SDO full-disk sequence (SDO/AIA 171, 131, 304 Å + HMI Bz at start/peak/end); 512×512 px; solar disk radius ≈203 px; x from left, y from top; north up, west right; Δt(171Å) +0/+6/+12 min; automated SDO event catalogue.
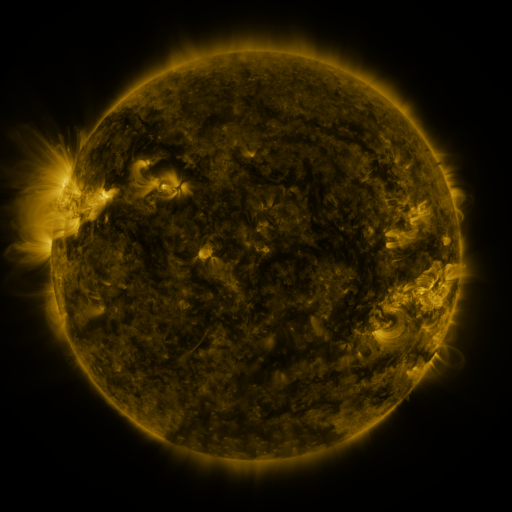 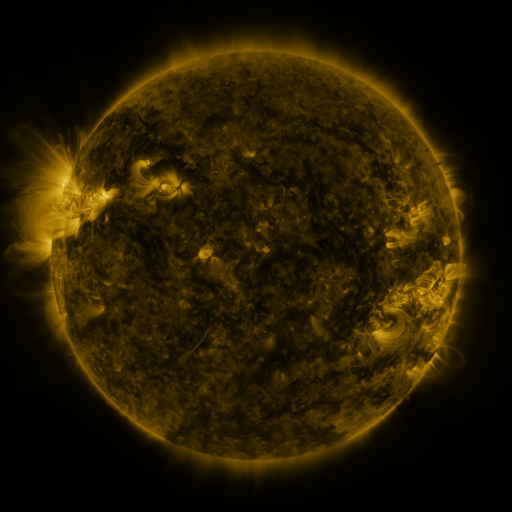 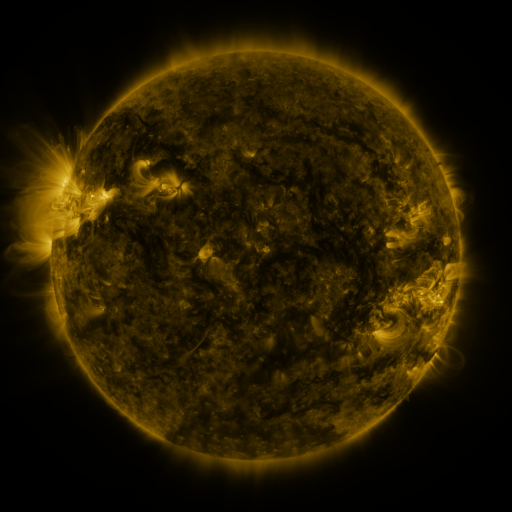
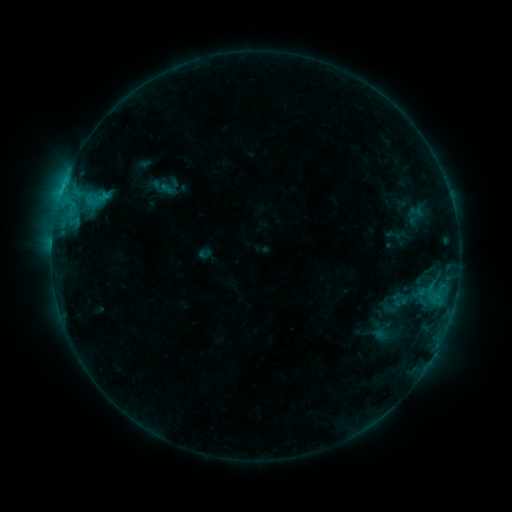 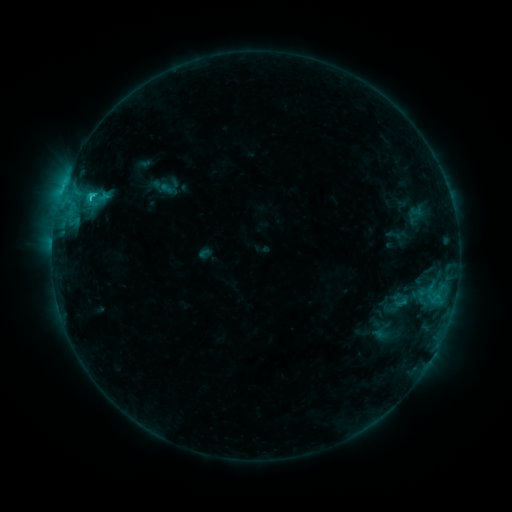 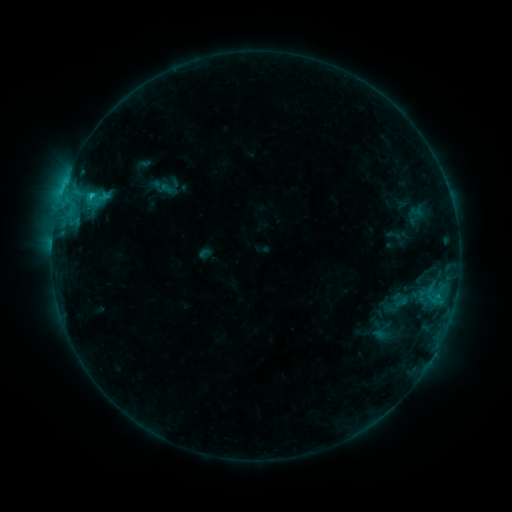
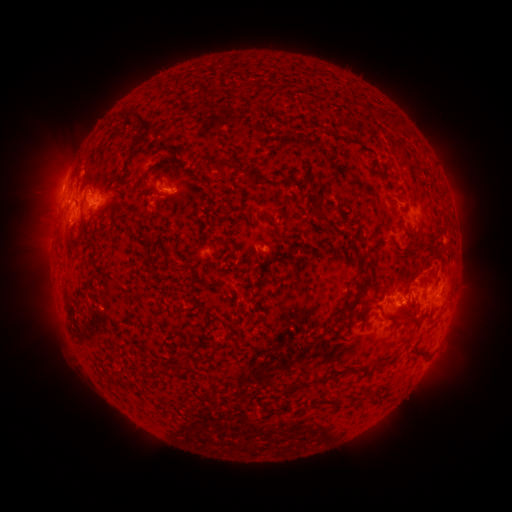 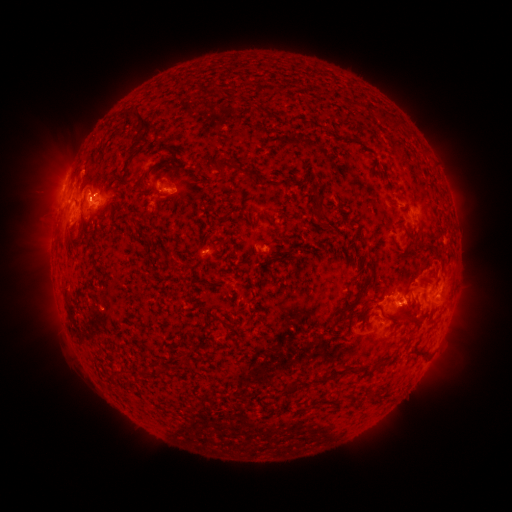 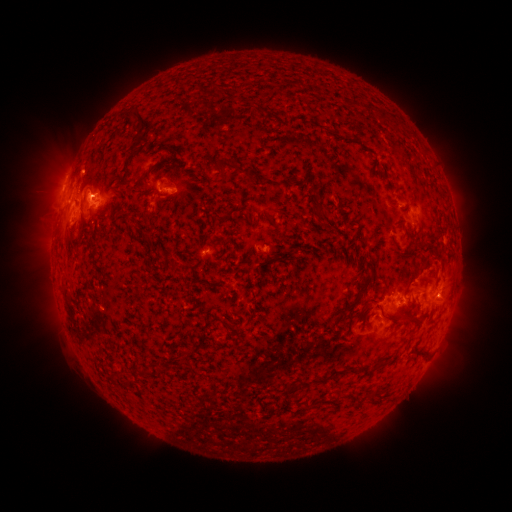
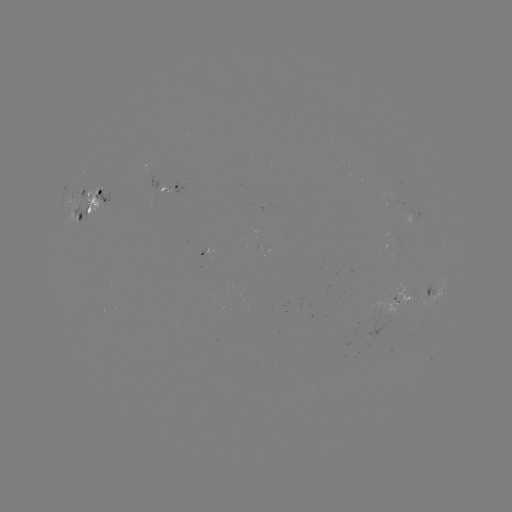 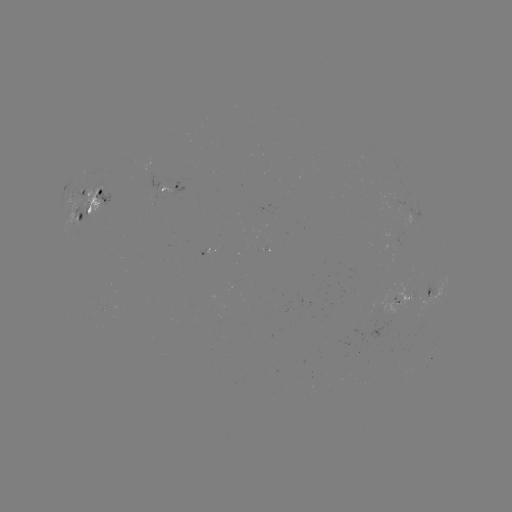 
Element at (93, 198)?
C2.1 flare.